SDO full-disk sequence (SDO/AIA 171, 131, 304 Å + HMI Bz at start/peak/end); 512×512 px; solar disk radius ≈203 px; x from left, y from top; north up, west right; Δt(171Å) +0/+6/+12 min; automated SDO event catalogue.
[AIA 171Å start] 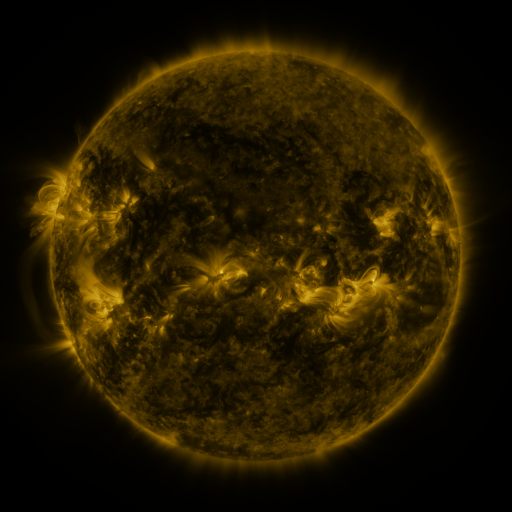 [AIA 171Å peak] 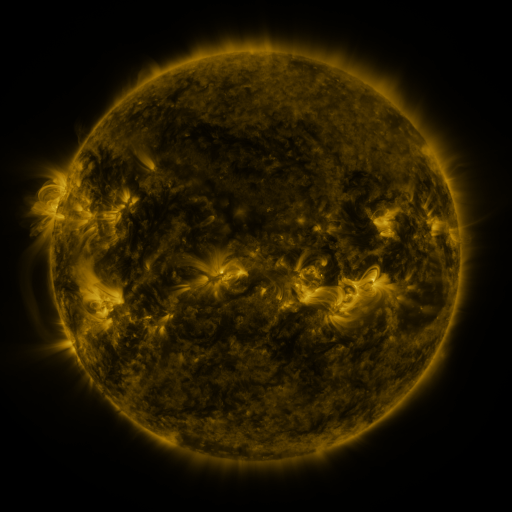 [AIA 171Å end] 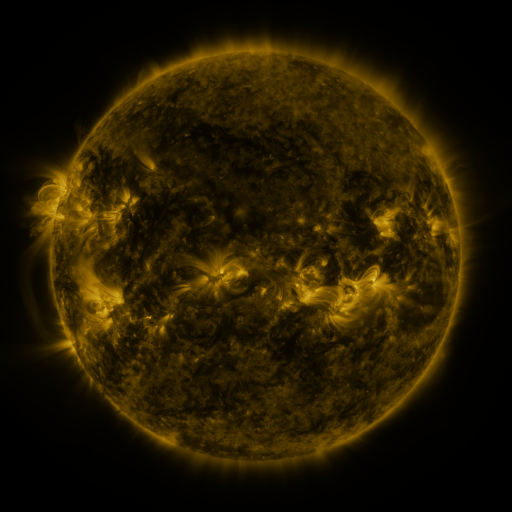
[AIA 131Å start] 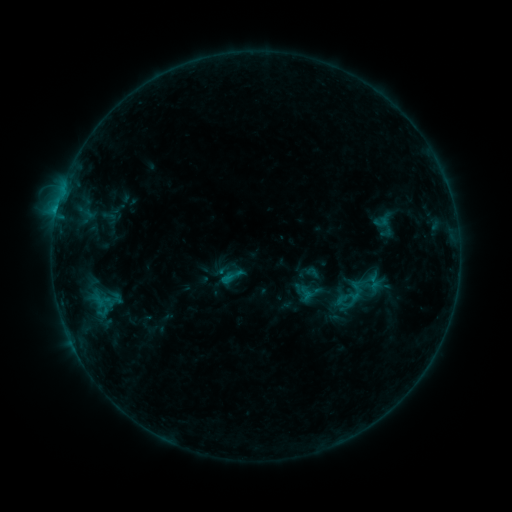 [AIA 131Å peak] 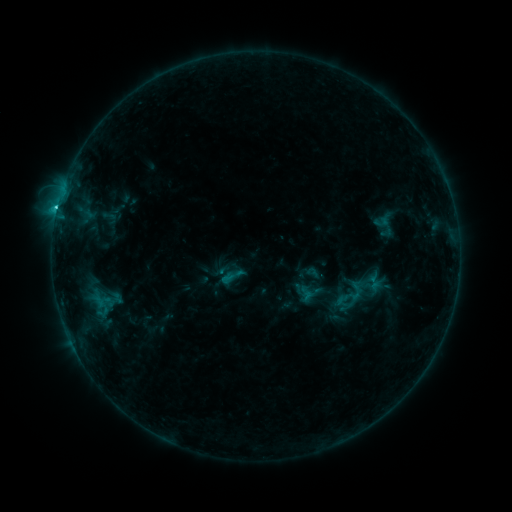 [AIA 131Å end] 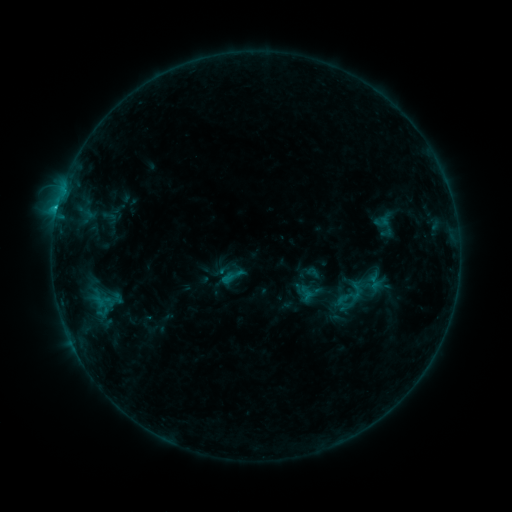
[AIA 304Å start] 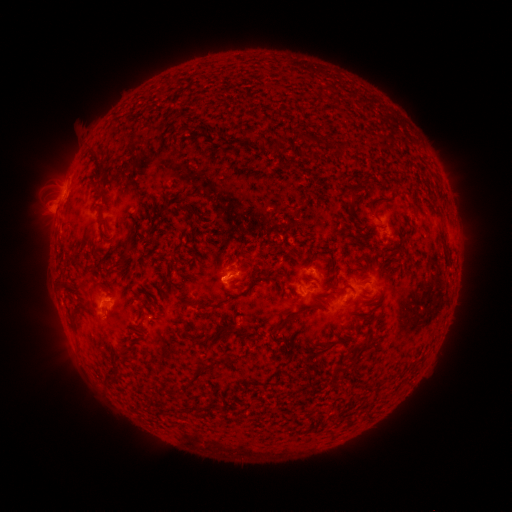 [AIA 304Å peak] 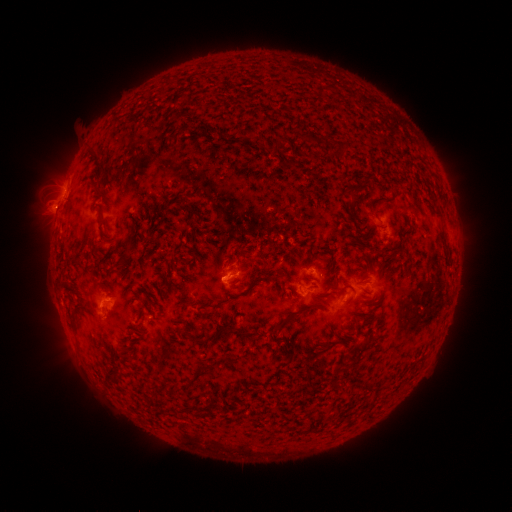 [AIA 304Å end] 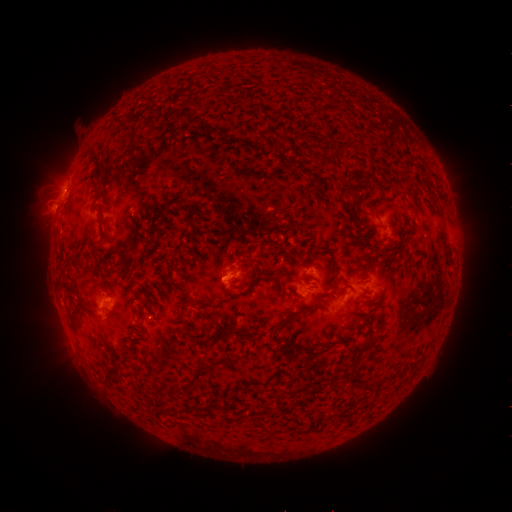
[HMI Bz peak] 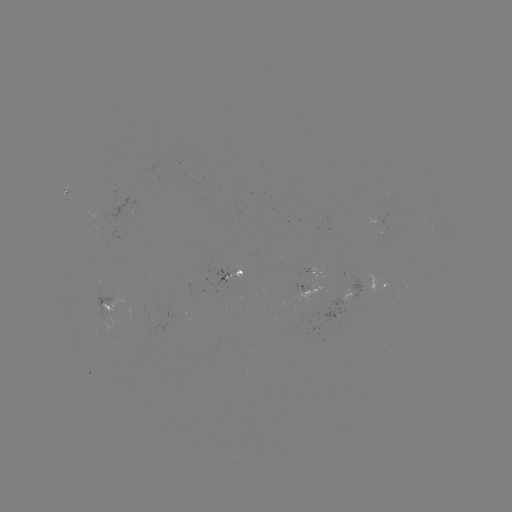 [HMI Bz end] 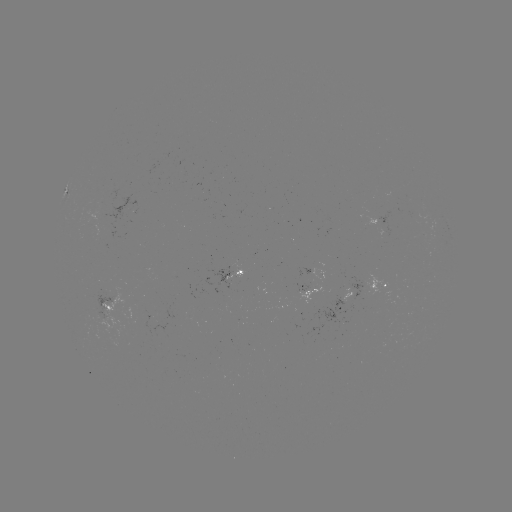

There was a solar flare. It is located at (59, 213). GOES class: C1.6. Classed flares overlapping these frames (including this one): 1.